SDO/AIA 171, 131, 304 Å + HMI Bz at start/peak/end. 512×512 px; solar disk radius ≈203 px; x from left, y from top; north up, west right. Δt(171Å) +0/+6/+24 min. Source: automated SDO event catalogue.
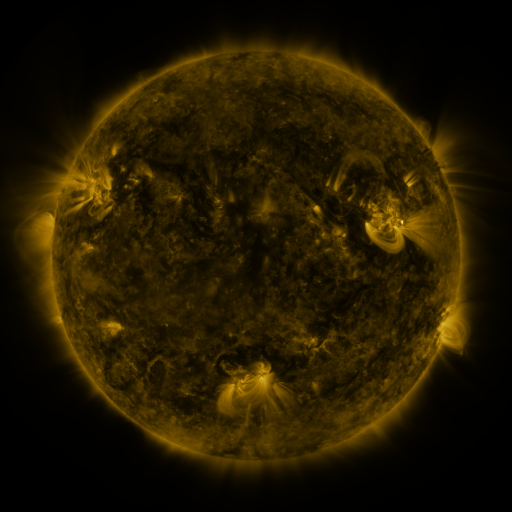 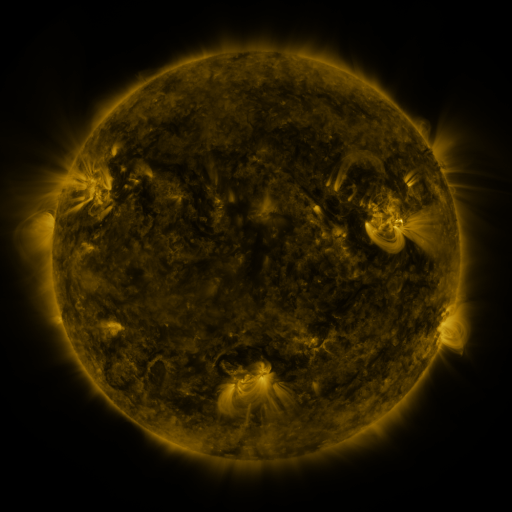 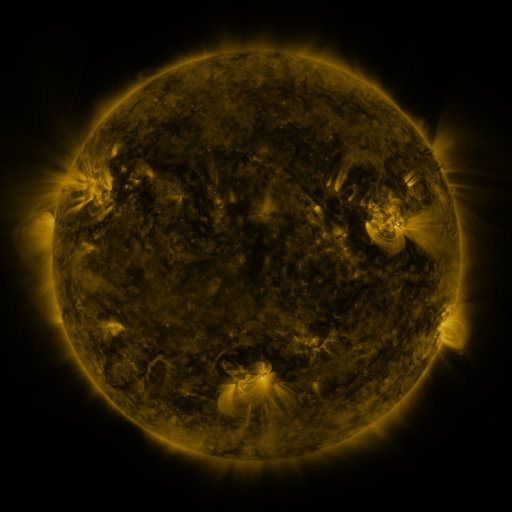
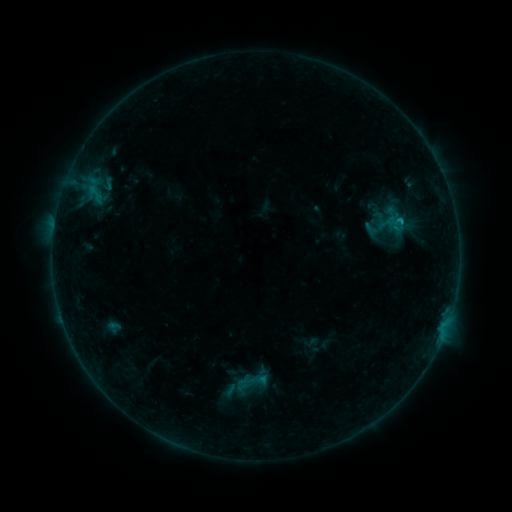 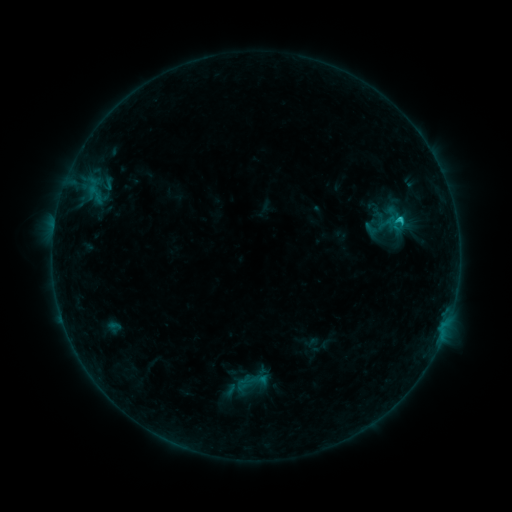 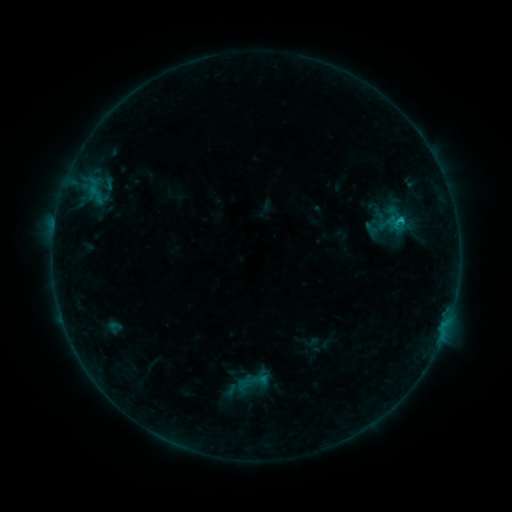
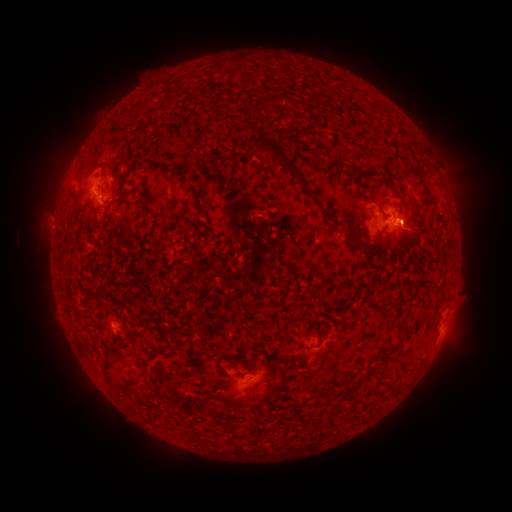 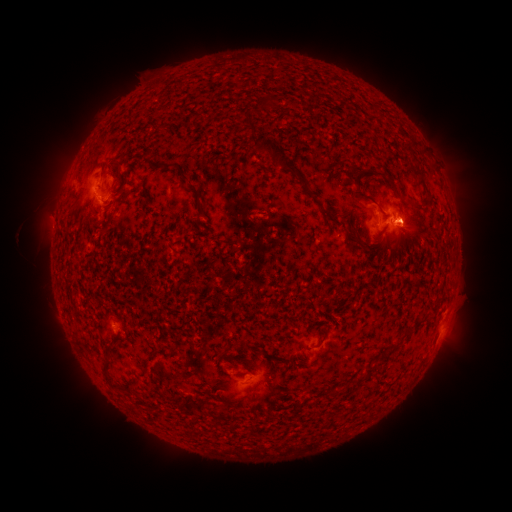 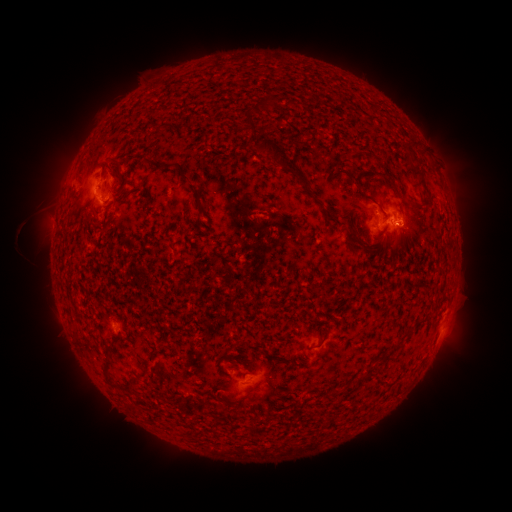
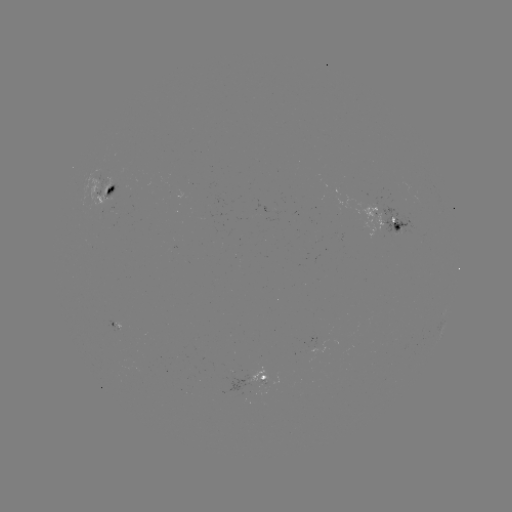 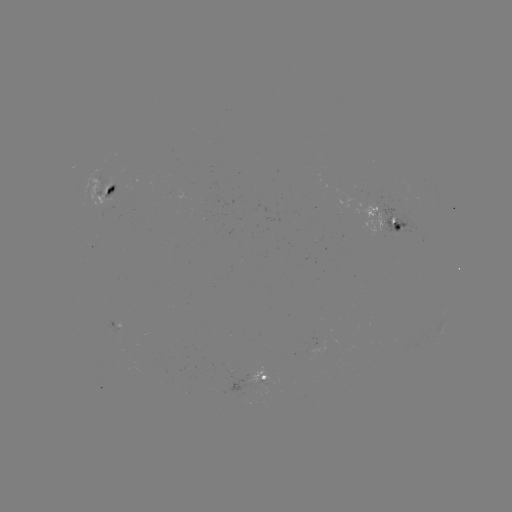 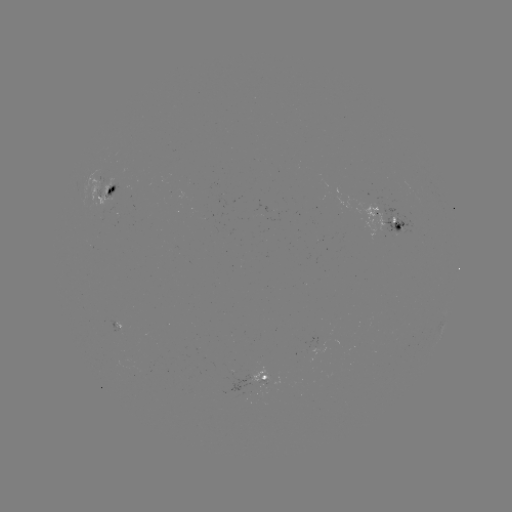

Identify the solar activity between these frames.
C1.1 flare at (399, 220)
